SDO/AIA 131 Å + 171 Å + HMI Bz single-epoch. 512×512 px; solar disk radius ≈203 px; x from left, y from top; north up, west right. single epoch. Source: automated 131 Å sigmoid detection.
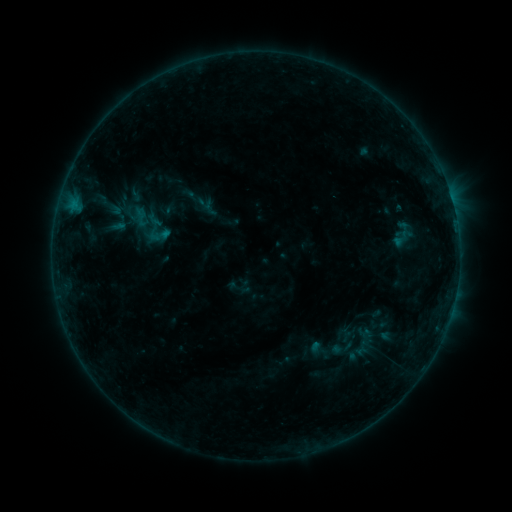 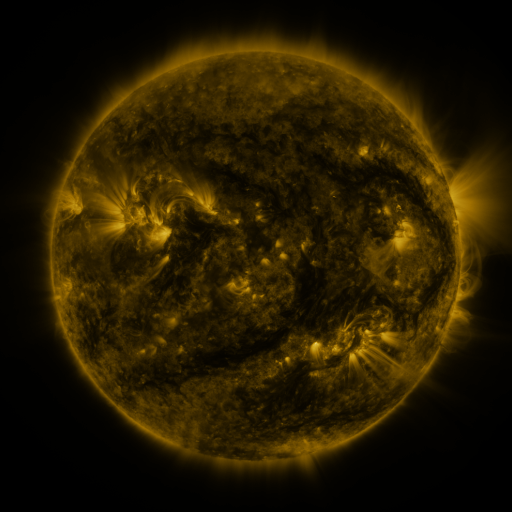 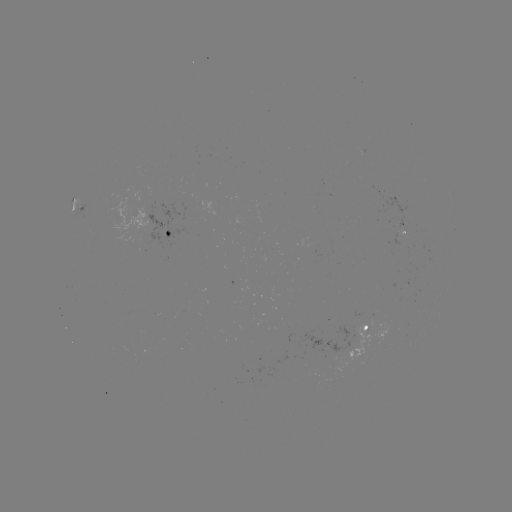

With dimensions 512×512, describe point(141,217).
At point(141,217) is sigmoid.